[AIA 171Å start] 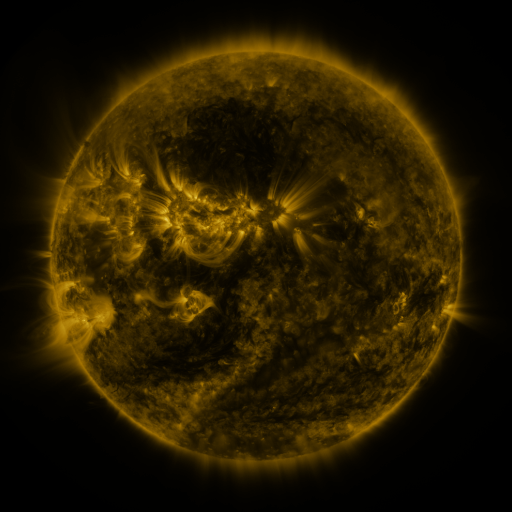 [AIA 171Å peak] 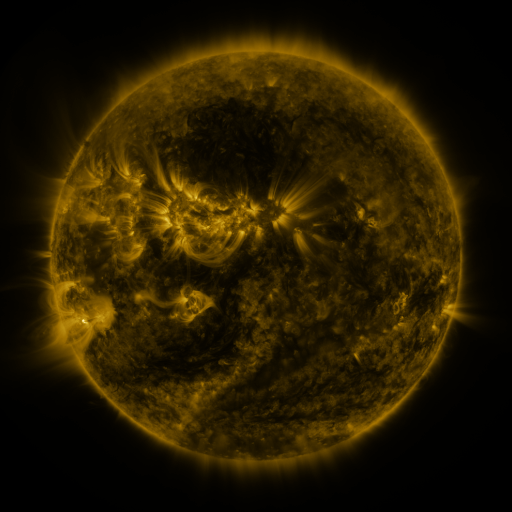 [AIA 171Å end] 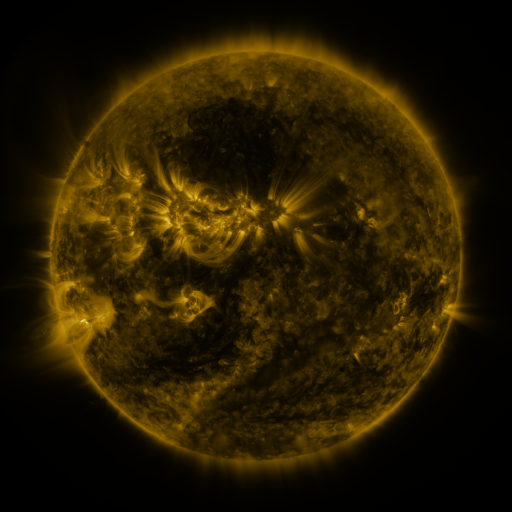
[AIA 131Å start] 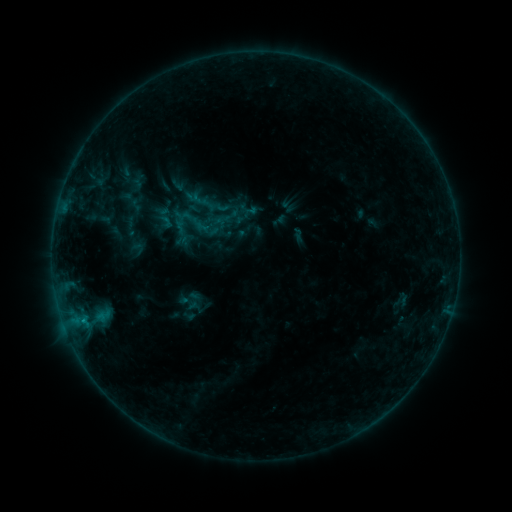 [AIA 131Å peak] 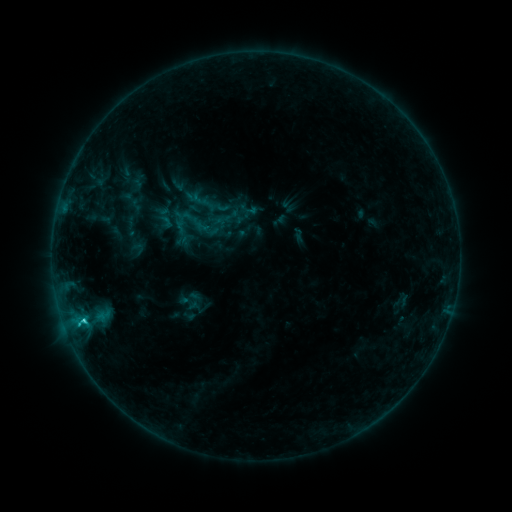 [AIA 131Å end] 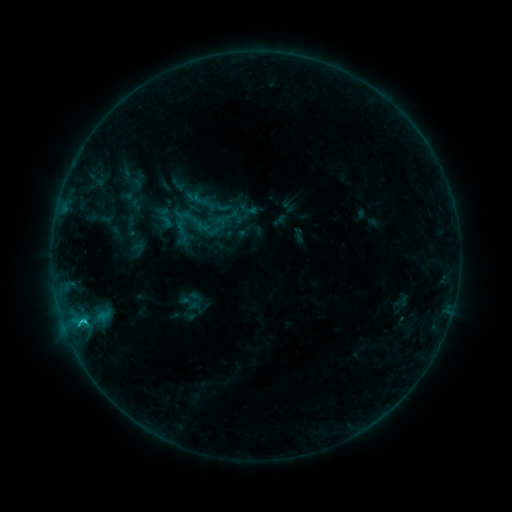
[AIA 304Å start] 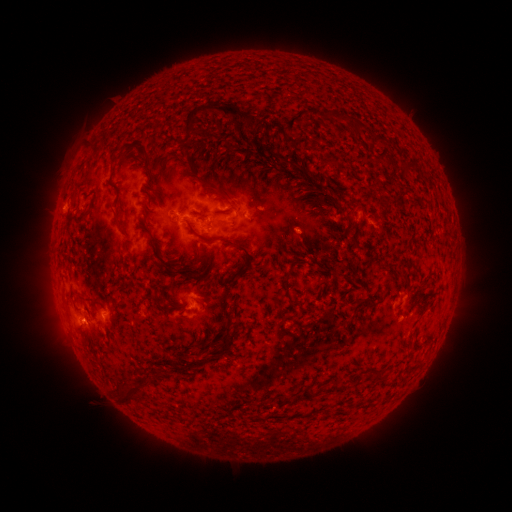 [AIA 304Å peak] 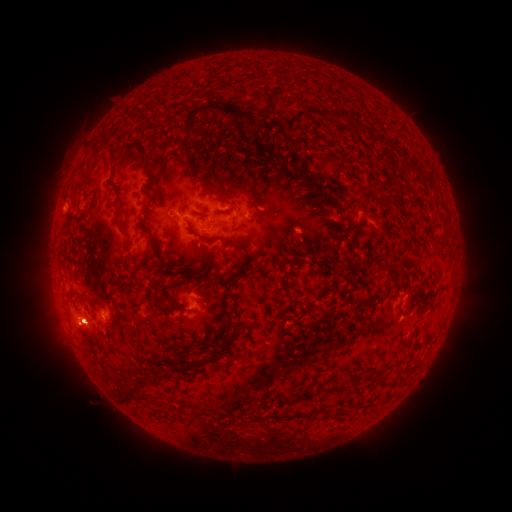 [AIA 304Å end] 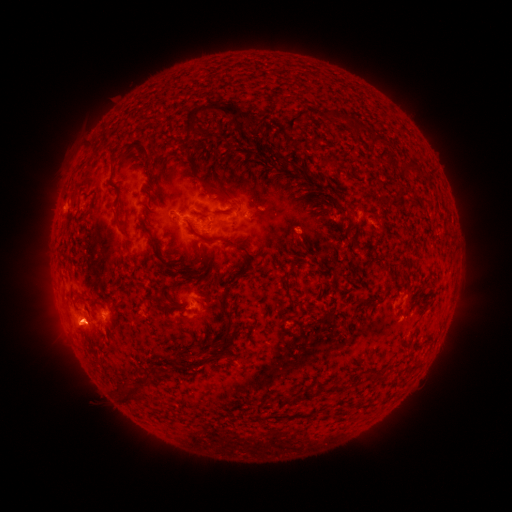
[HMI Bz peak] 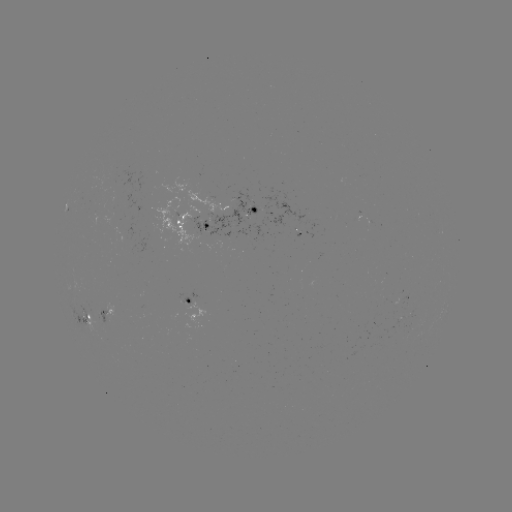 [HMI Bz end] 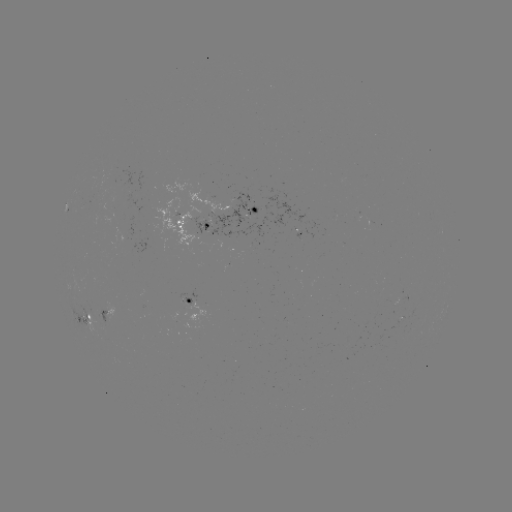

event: flare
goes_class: C1.3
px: (85, 320)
